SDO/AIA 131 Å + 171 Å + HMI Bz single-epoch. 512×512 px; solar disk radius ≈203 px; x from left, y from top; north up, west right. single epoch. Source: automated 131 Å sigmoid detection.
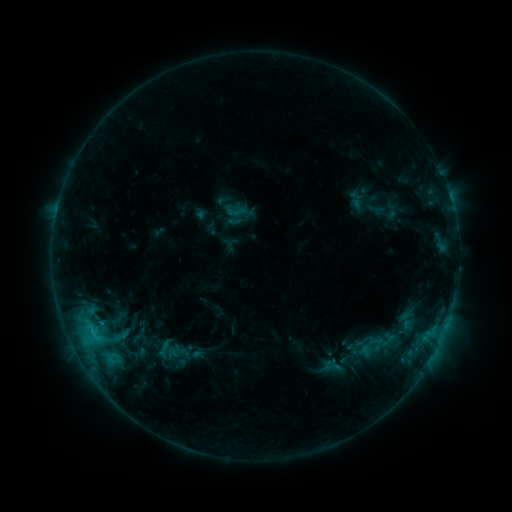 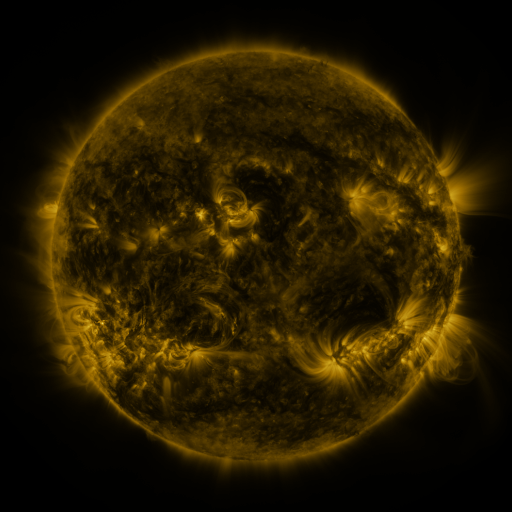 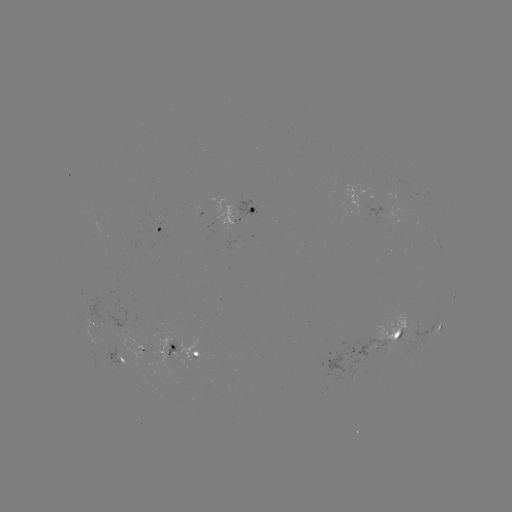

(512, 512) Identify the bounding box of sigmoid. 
[367, 327, 395, 356].